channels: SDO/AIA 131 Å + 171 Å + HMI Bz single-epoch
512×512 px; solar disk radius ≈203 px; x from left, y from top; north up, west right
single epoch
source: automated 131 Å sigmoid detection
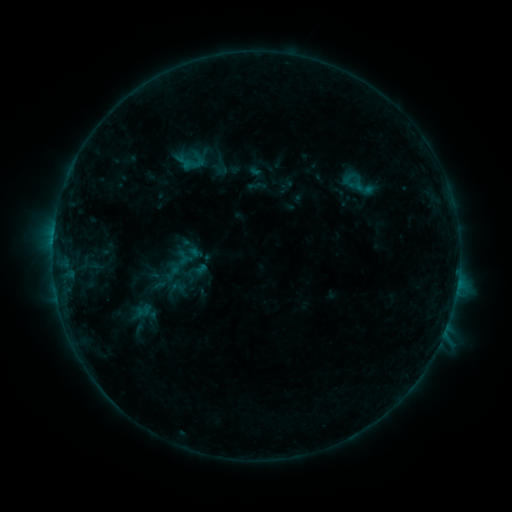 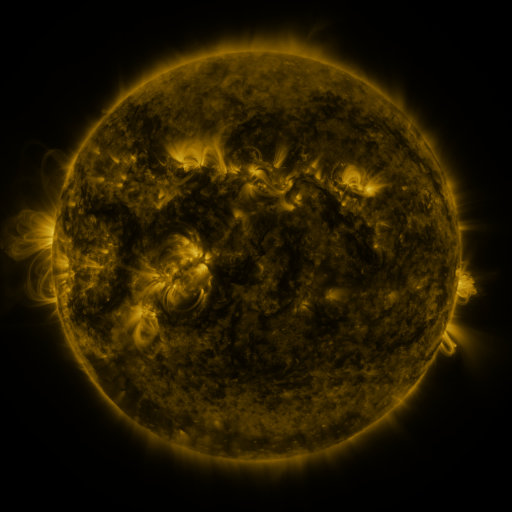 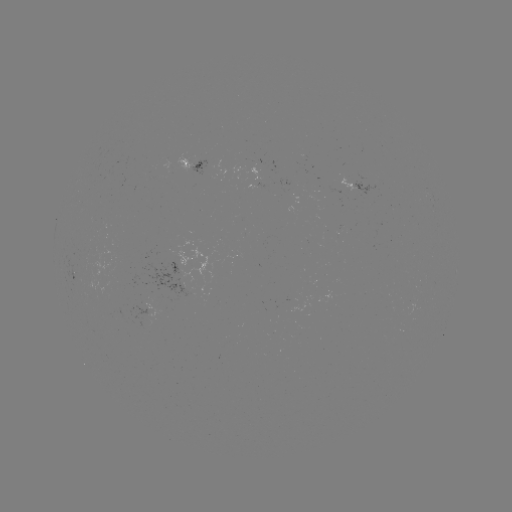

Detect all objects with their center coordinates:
sigmoid: (190, 159)
sigmoid: (220, 170)
